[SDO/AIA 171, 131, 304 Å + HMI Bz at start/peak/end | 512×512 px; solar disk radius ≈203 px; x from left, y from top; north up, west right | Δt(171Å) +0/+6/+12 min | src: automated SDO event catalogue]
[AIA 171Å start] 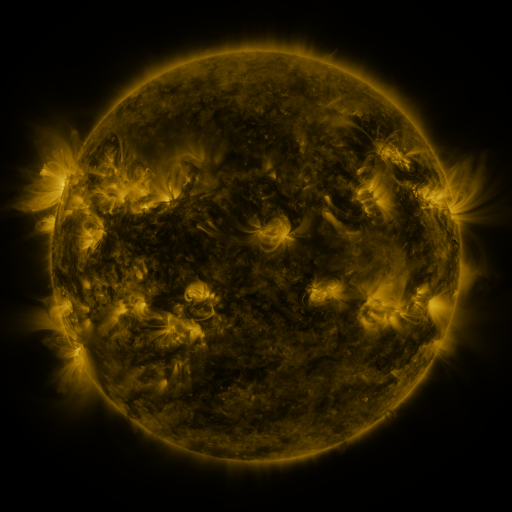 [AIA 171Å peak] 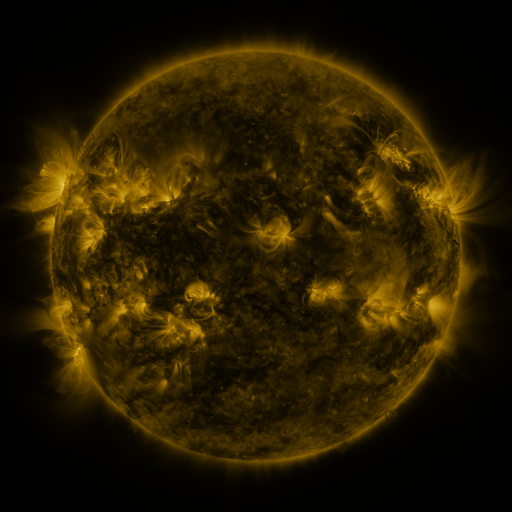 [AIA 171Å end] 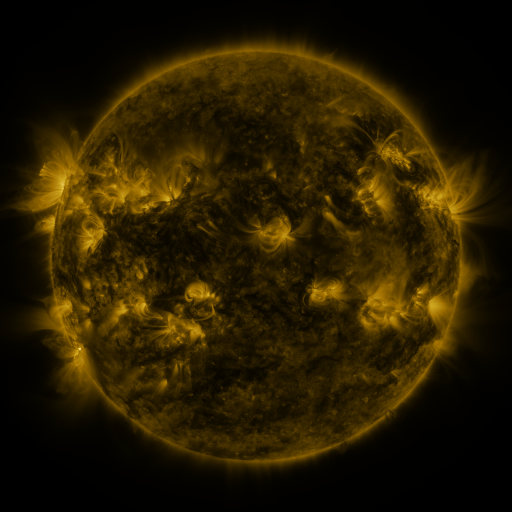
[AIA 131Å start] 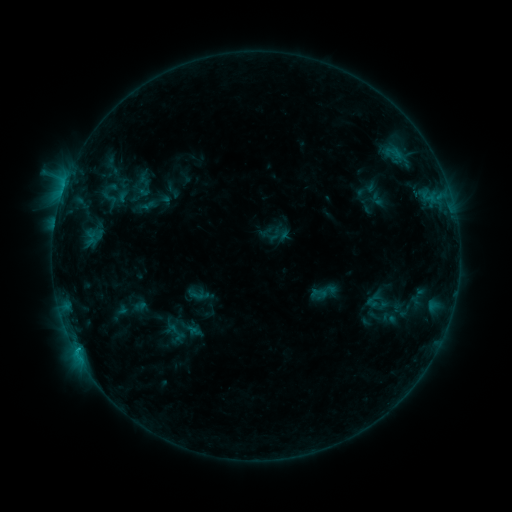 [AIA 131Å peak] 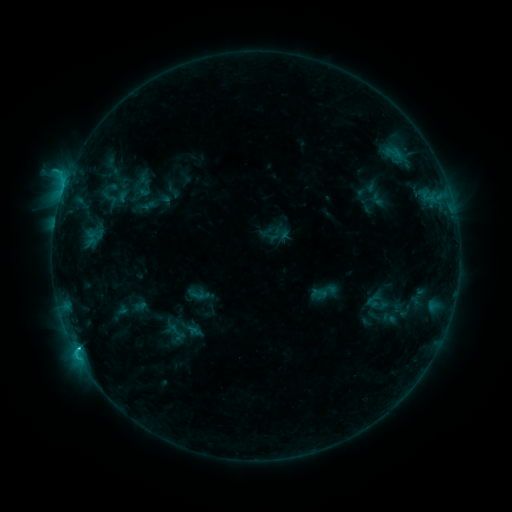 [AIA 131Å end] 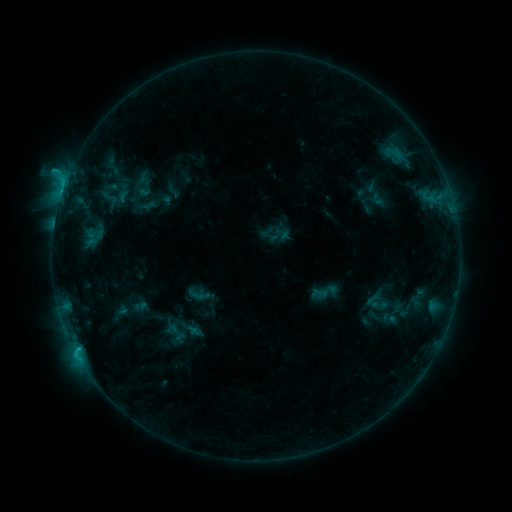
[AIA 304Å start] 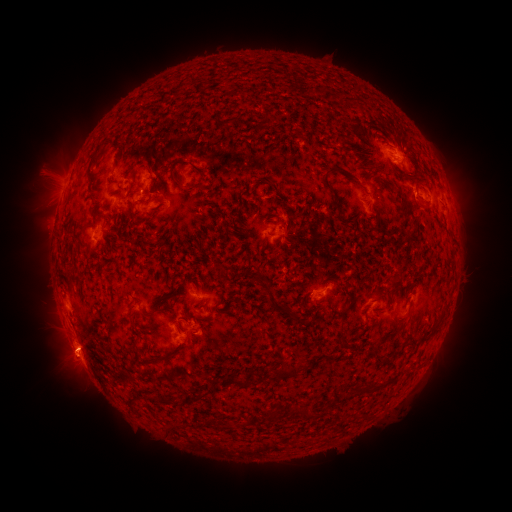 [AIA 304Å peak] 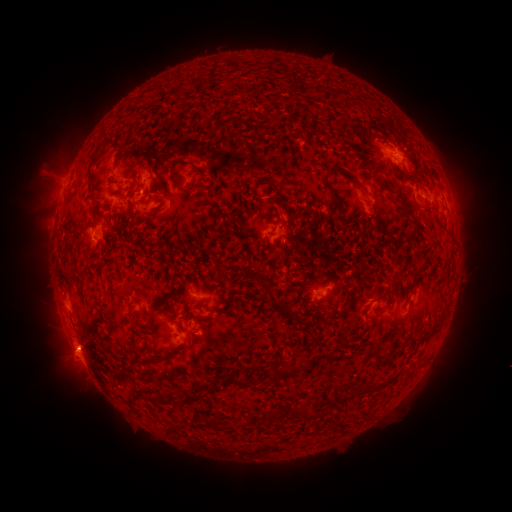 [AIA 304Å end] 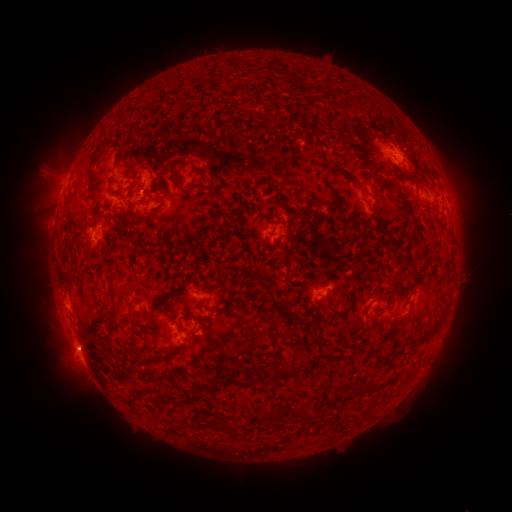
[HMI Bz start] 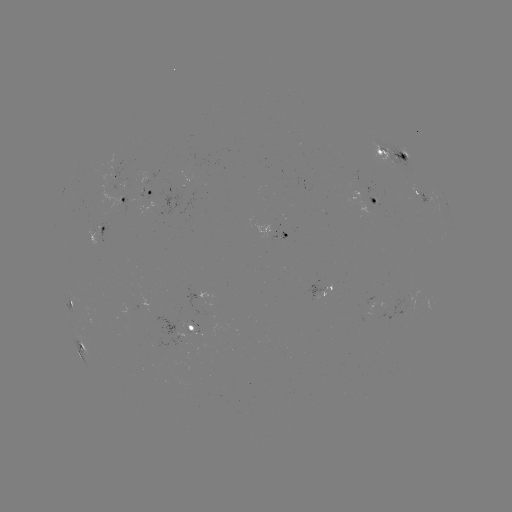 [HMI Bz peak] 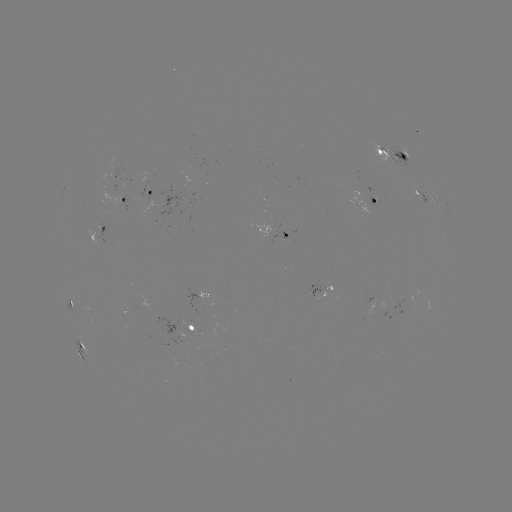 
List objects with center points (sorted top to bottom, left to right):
C2.9 flare: (77, 346)
